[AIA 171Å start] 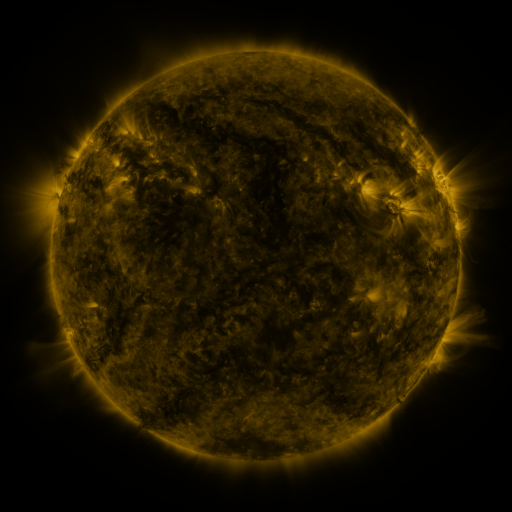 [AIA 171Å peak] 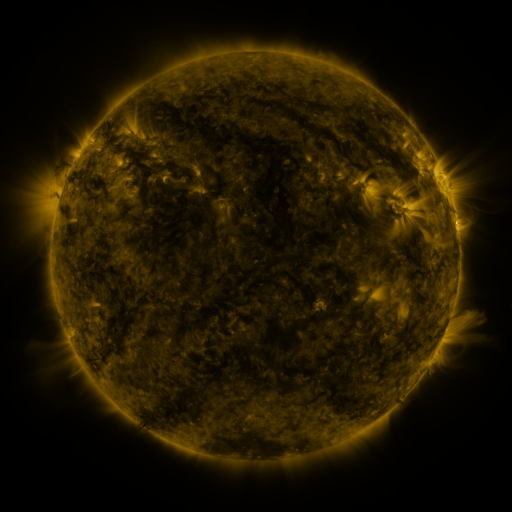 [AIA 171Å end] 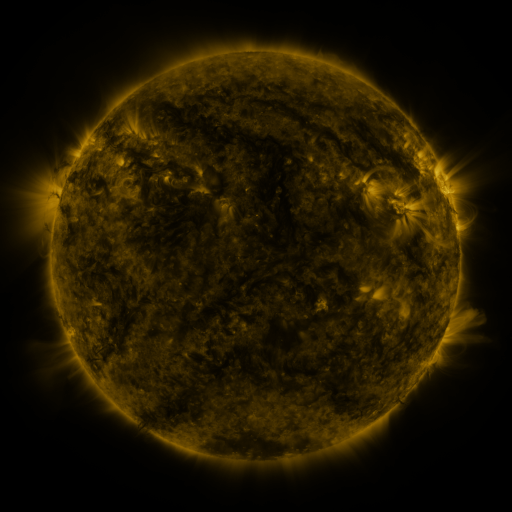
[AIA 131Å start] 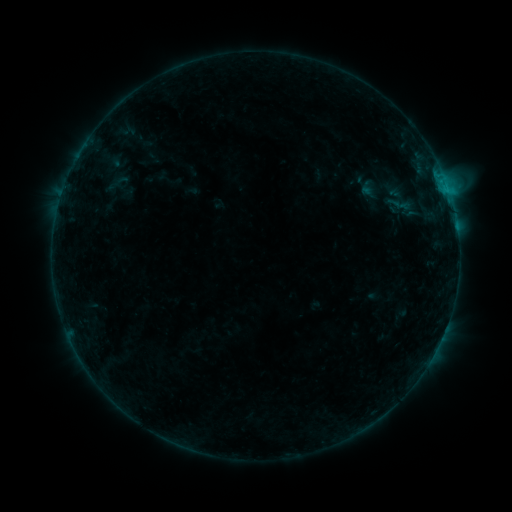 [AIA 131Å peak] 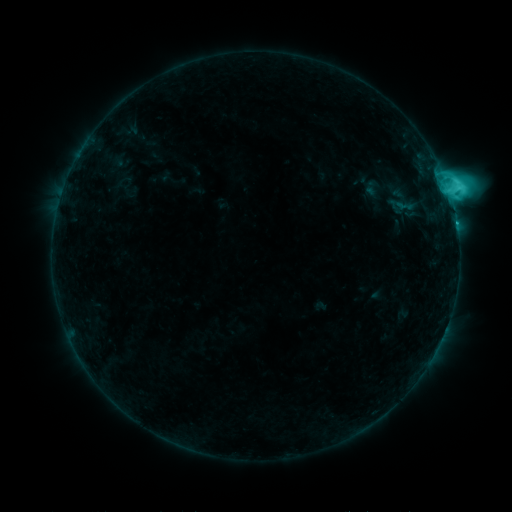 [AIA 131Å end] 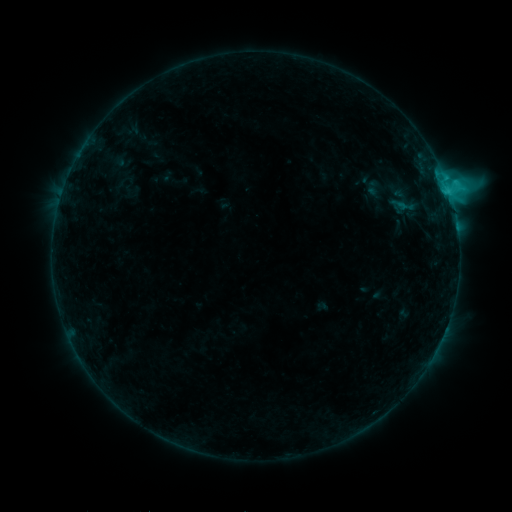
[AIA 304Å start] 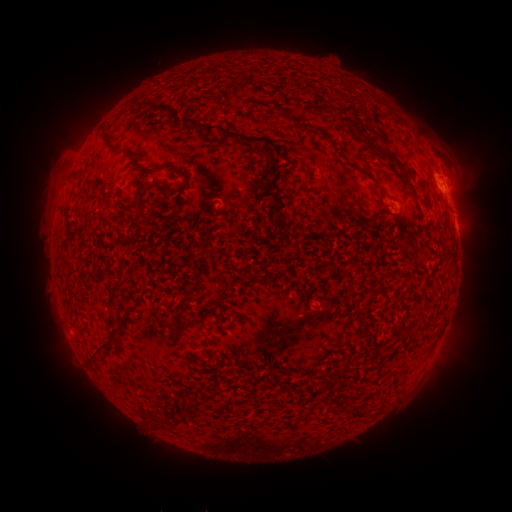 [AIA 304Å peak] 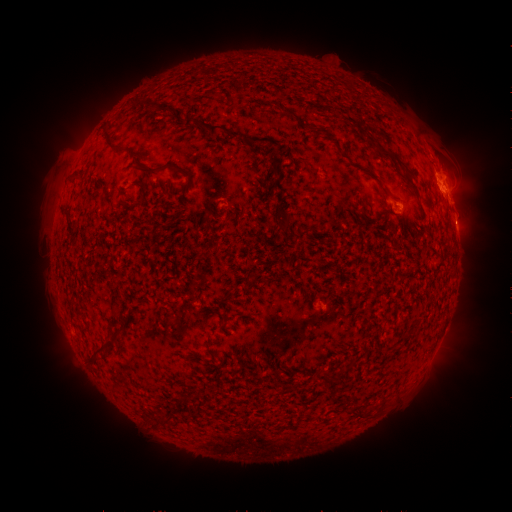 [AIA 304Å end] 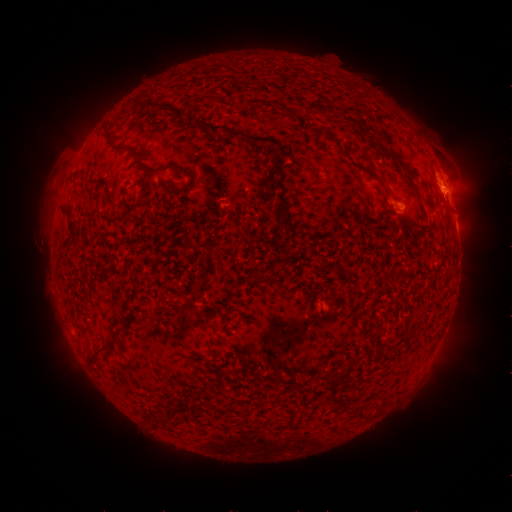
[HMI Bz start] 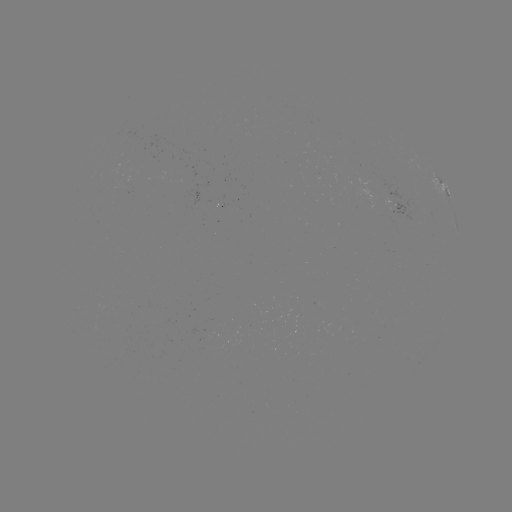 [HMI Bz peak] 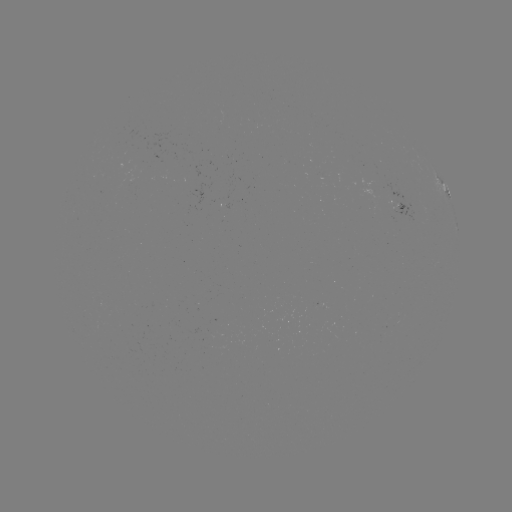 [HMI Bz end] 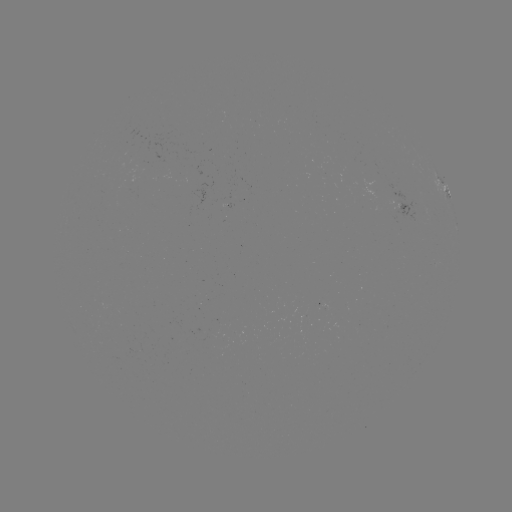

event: flare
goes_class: C7.3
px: (448, 192)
